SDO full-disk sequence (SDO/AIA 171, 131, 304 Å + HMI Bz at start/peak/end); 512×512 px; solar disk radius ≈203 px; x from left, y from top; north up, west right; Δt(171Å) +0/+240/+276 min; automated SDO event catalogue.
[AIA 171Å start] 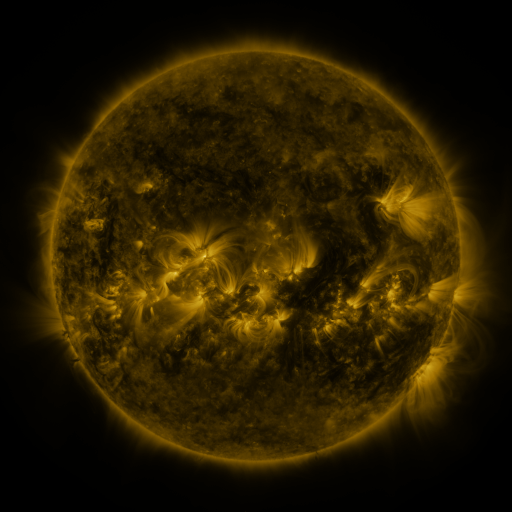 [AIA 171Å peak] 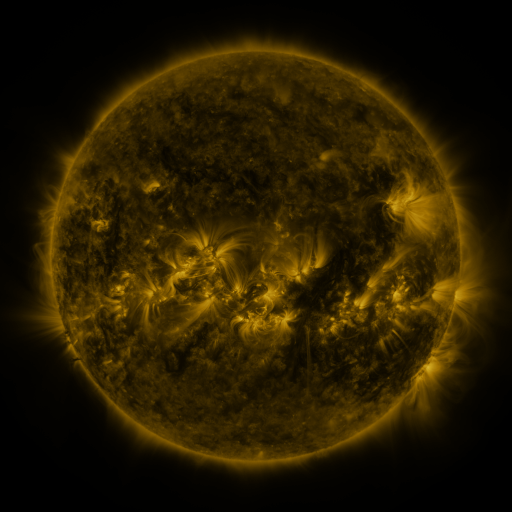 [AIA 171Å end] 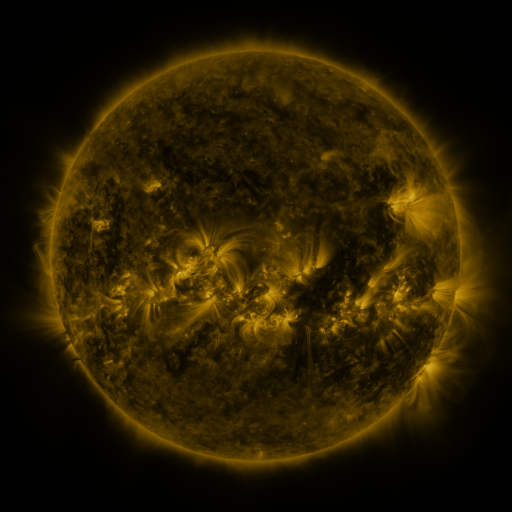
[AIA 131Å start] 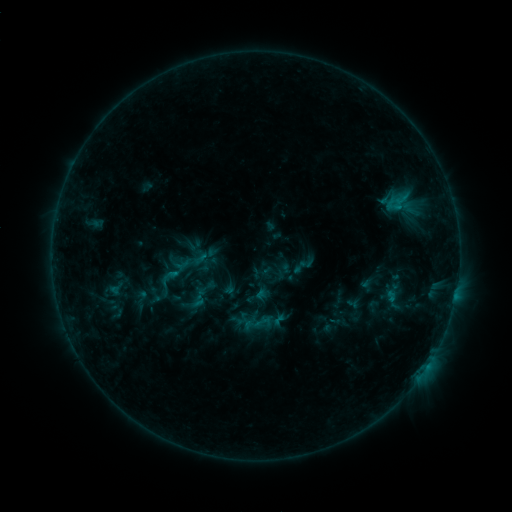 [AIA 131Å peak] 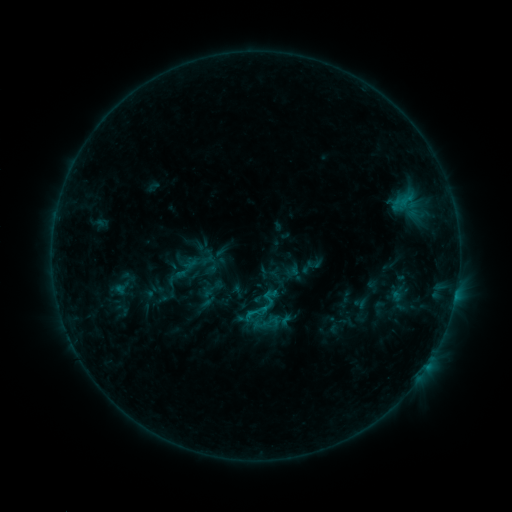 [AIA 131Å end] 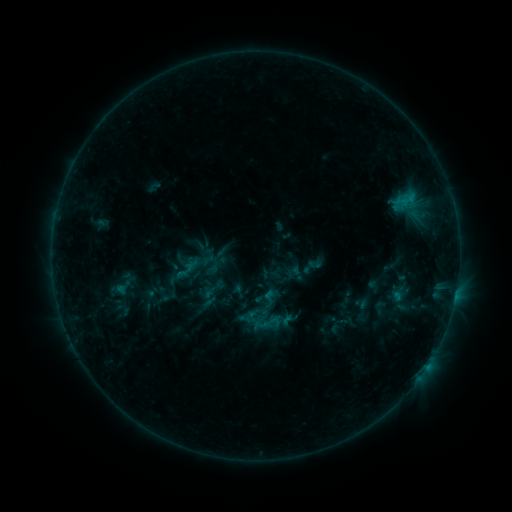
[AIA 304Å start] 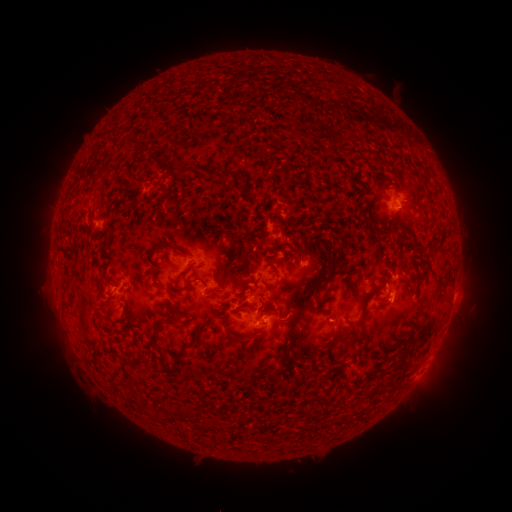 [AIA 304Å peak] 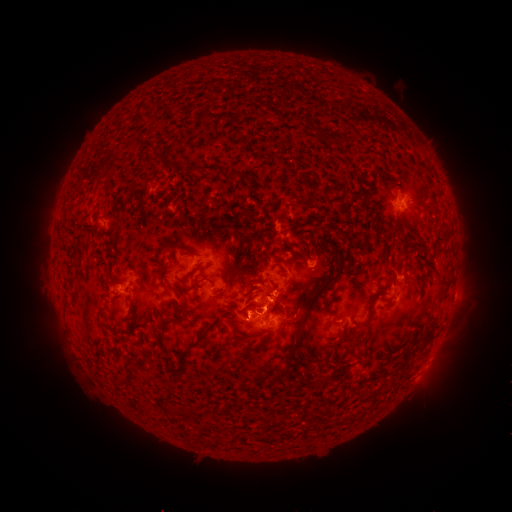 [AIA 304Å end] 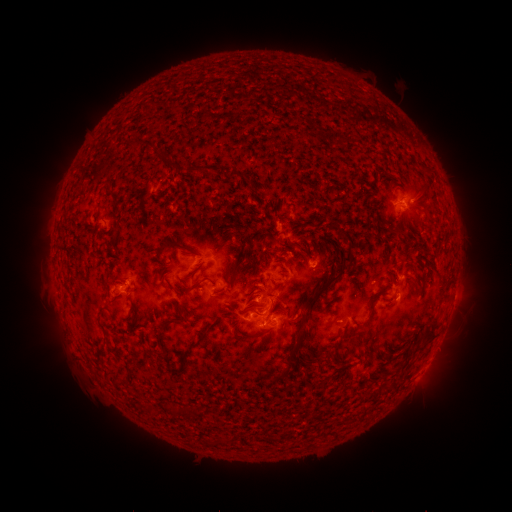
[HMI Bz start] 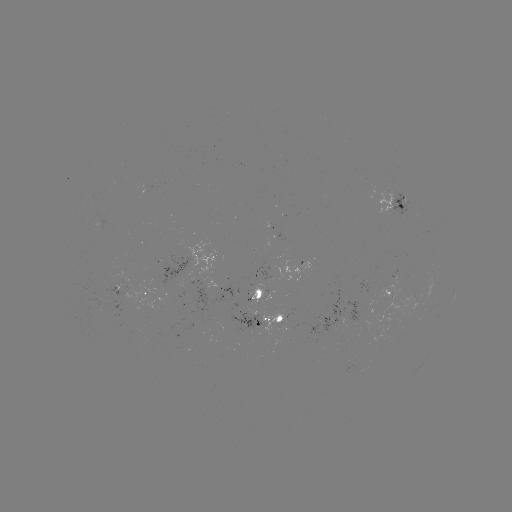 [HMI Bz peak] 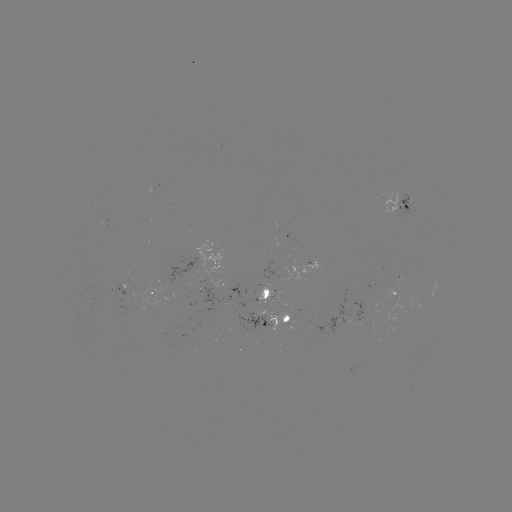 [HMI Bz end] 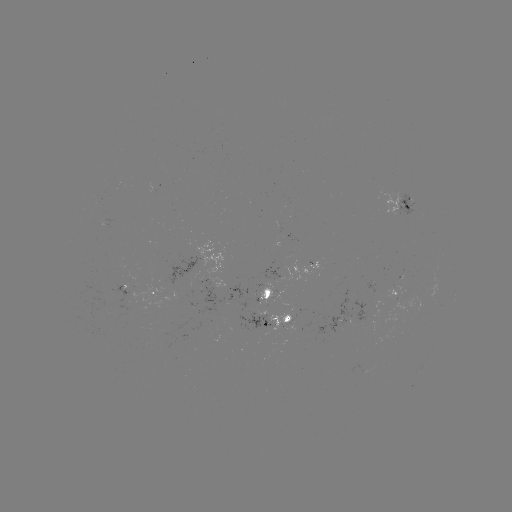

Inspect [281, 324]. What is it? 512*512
emerging-flux region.